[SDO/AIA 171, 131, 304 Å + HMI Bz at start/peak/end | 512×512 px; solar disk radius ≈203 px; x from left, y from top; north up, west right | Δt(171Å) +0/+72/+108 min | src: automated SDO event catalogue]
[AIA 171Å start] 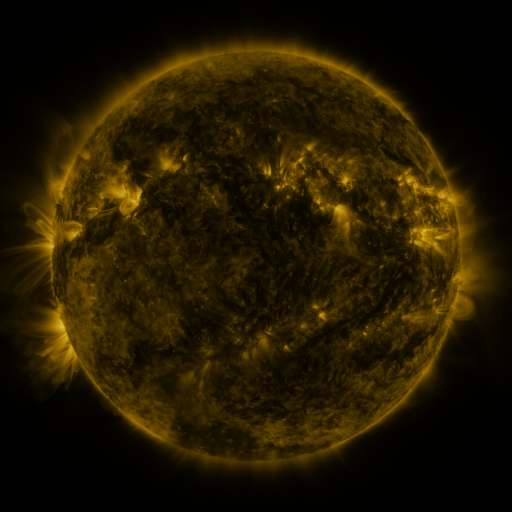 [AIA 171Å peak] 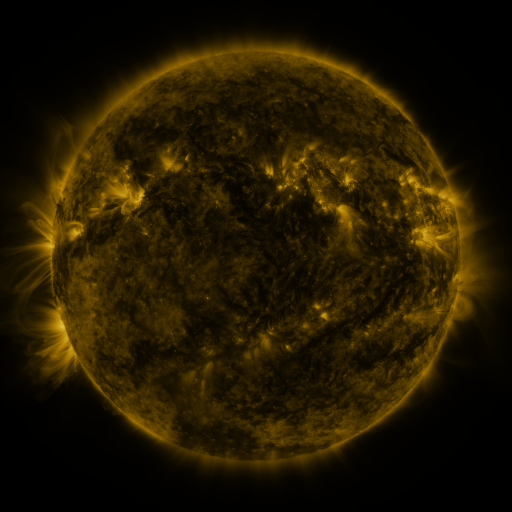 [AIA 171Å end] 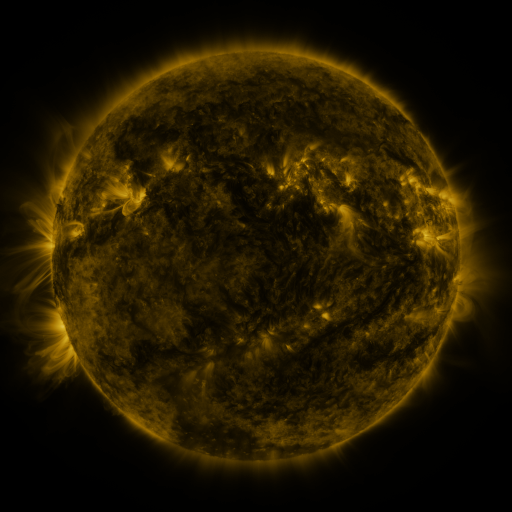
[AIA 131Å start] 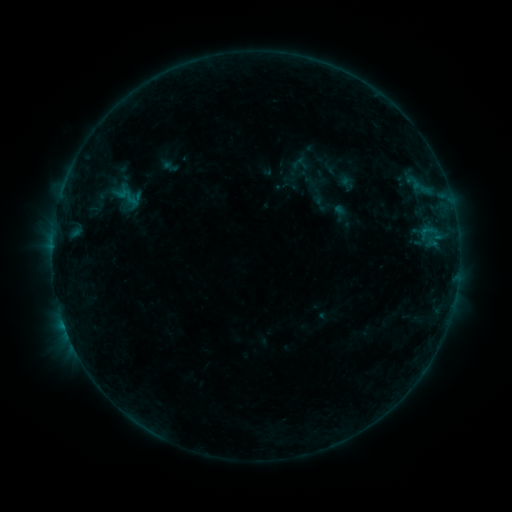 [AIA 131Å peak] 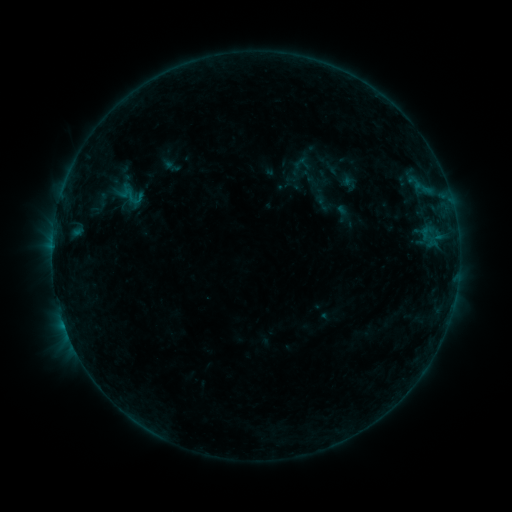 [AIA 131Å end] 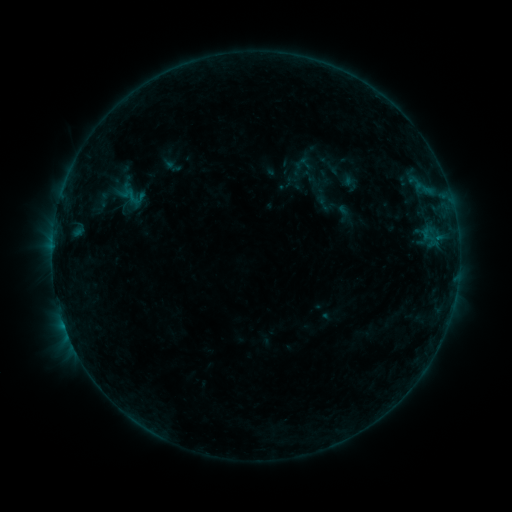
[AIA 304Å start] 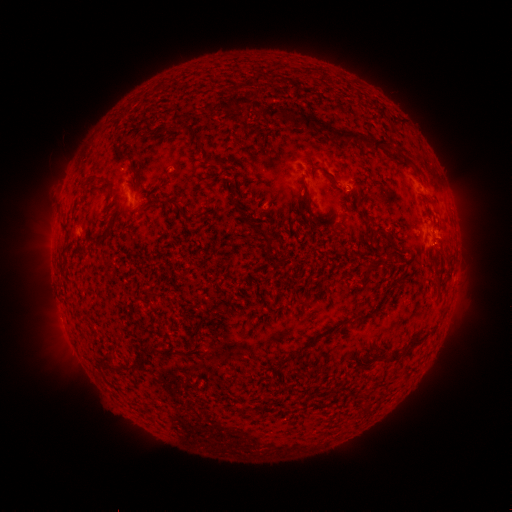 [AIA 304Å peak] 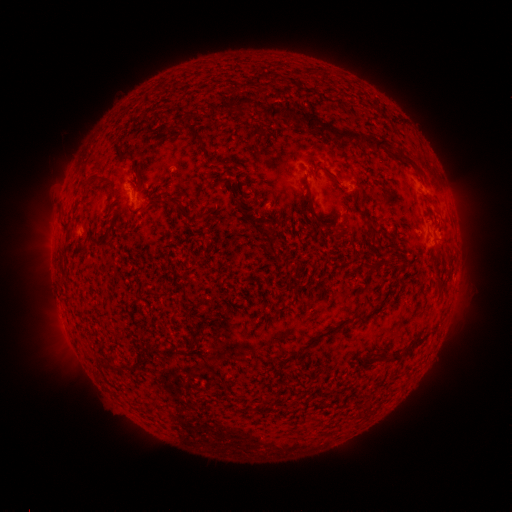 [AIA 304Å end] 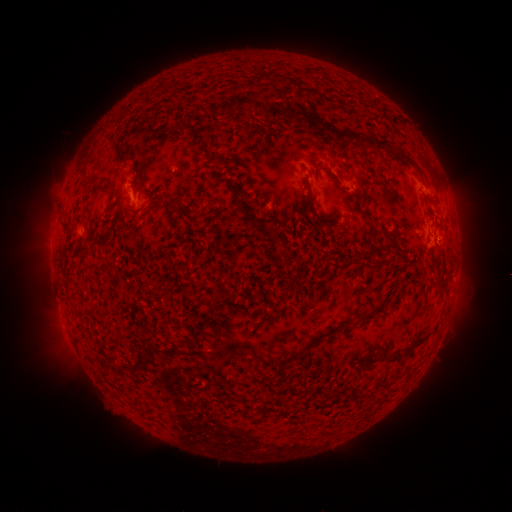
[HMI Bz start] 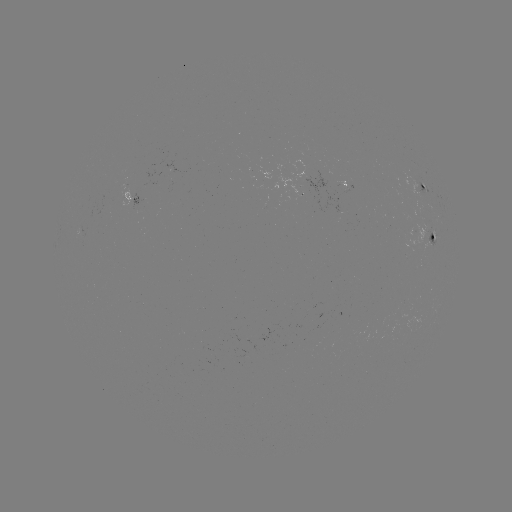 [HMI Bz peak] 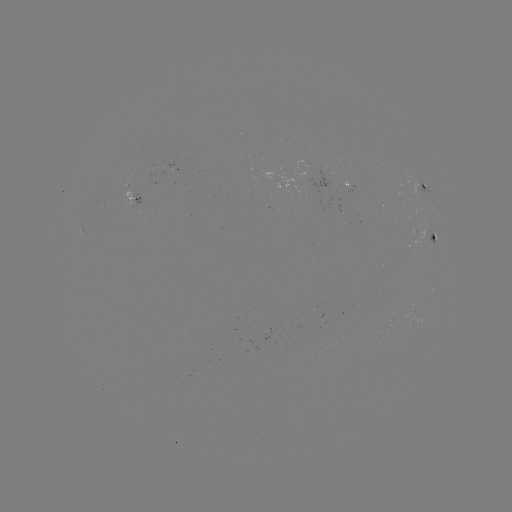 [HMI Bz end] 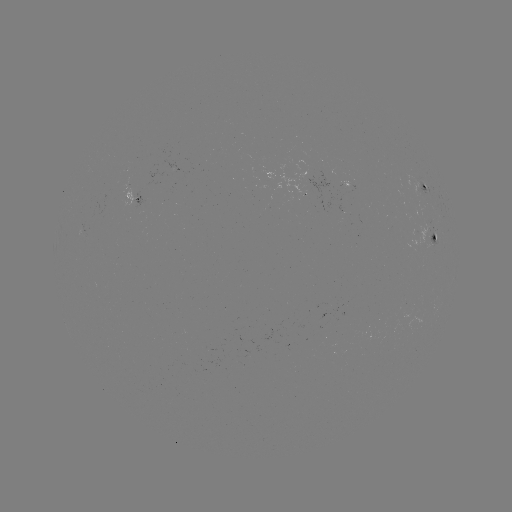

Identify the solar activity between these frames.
emerging-flux region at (298, 186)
